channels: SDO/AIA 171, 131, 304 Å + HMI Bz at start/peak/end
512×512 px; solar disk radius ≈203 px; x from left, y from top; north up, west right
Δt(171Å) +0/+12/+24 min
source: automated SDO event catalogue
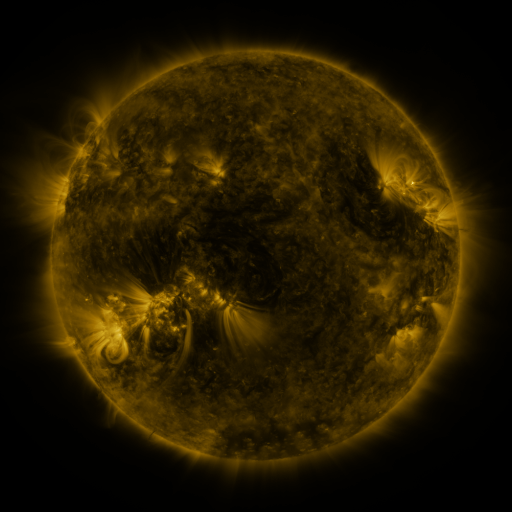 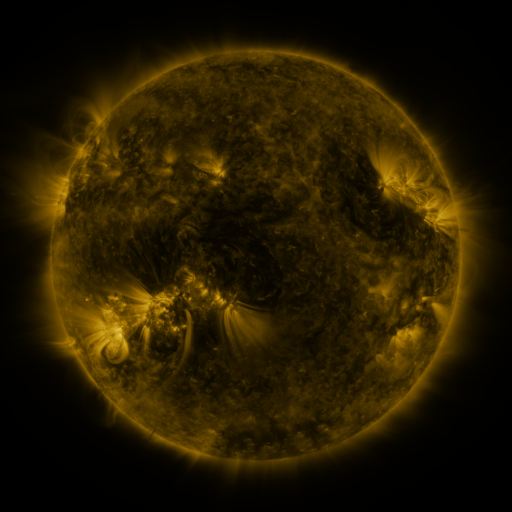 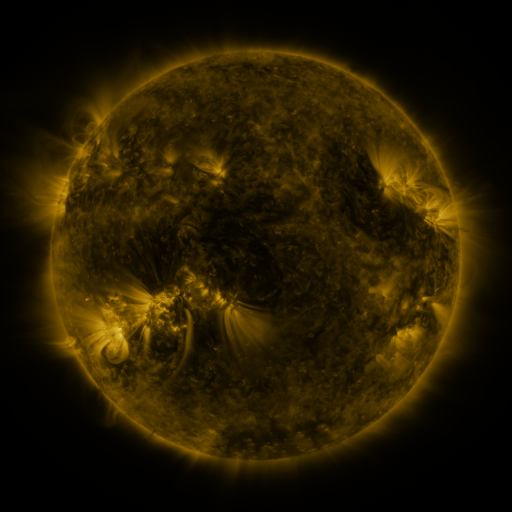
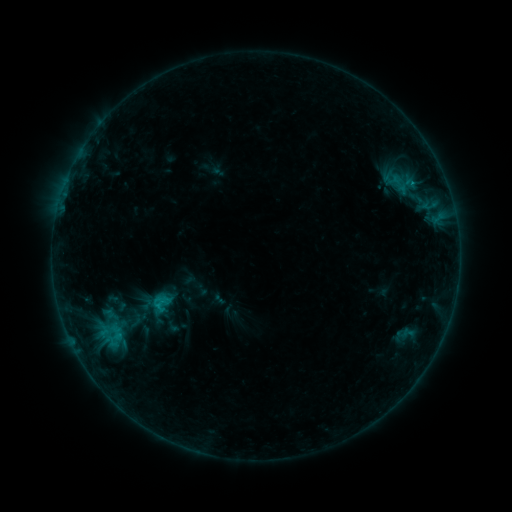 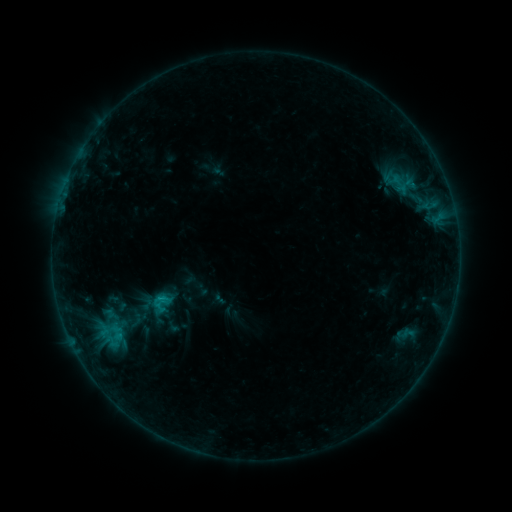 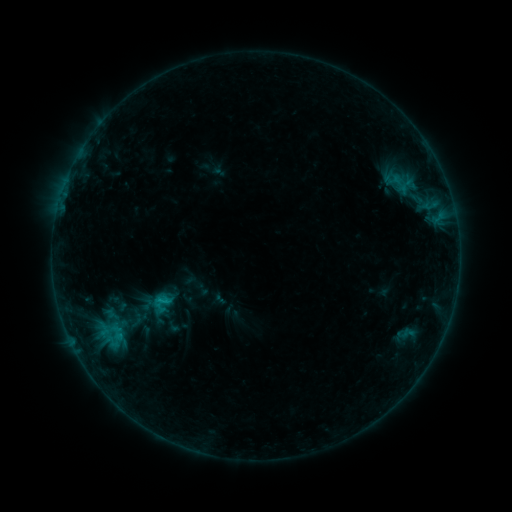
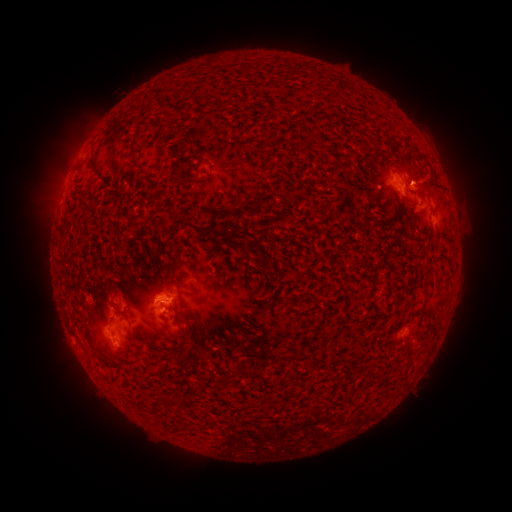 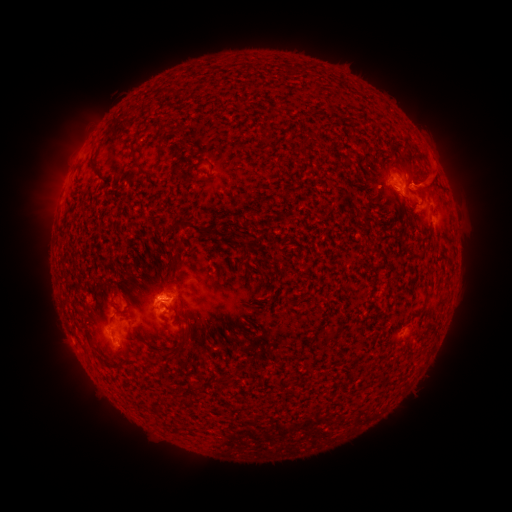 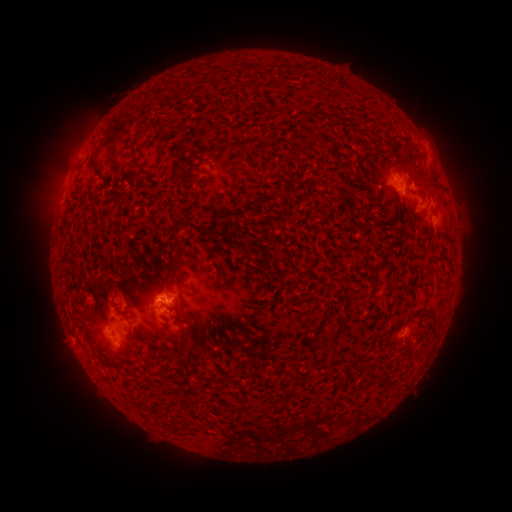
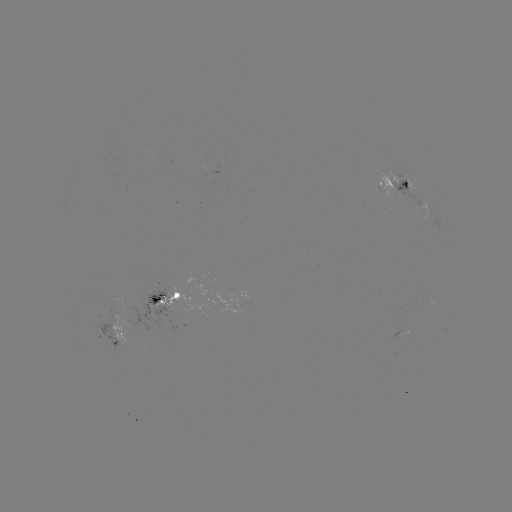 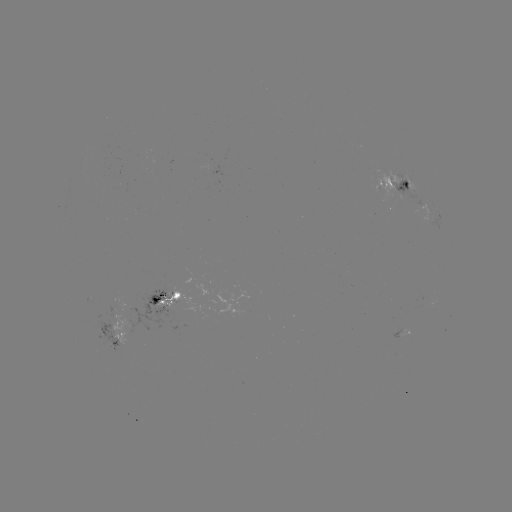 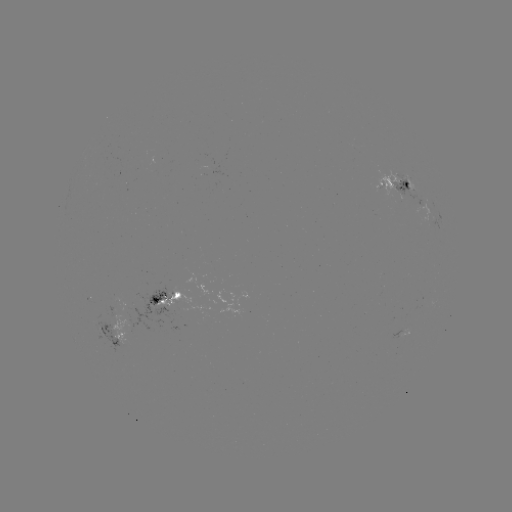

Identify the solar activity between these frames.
eruption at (437, 162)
